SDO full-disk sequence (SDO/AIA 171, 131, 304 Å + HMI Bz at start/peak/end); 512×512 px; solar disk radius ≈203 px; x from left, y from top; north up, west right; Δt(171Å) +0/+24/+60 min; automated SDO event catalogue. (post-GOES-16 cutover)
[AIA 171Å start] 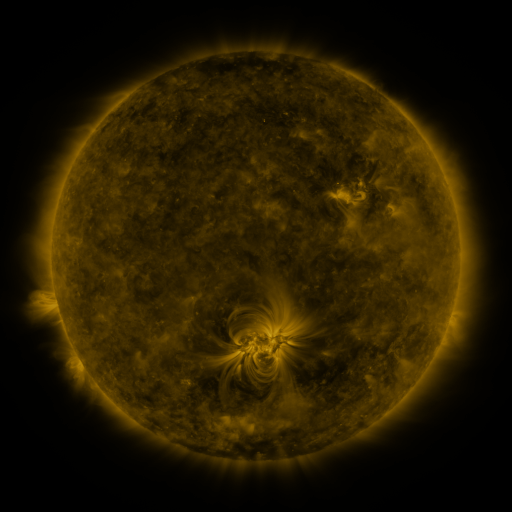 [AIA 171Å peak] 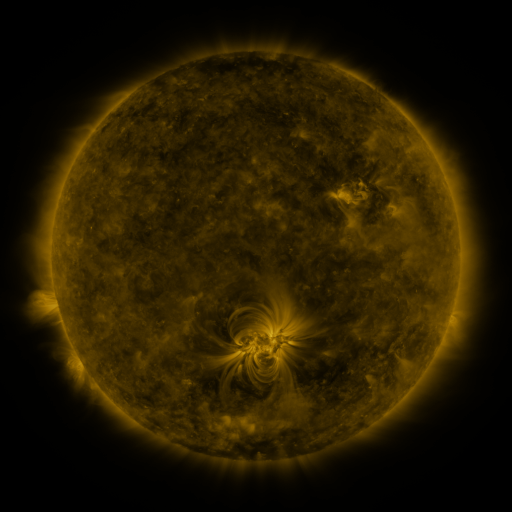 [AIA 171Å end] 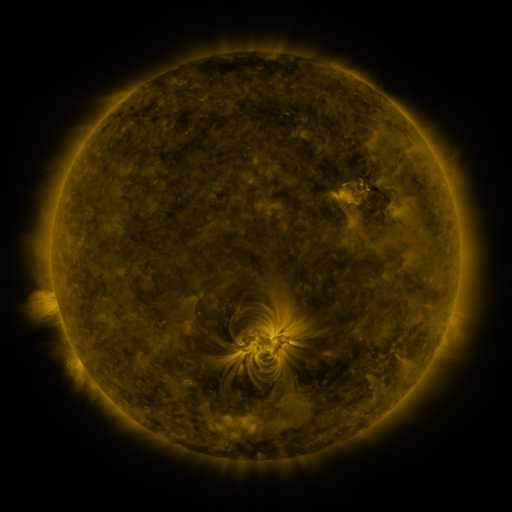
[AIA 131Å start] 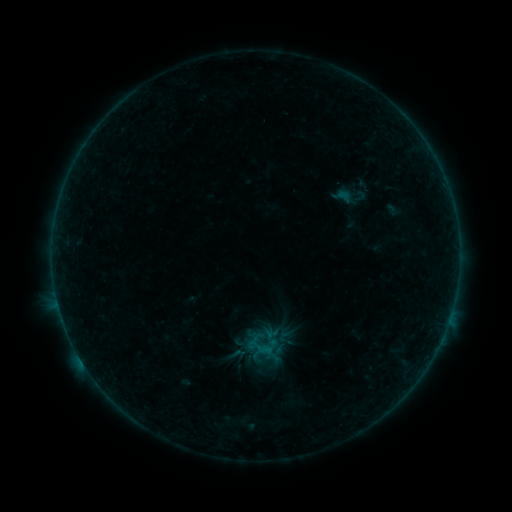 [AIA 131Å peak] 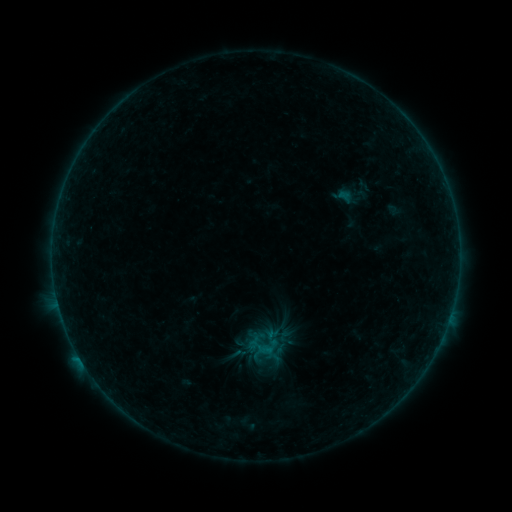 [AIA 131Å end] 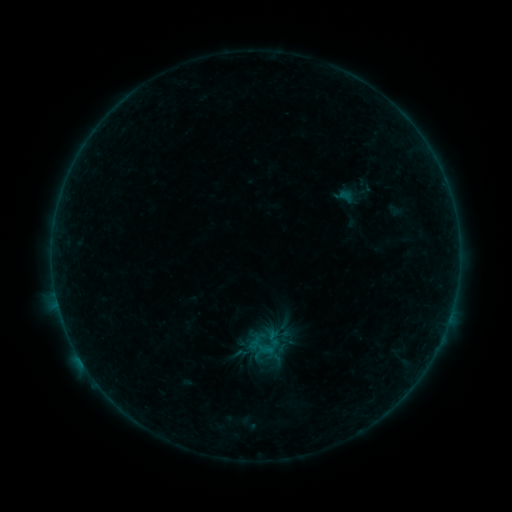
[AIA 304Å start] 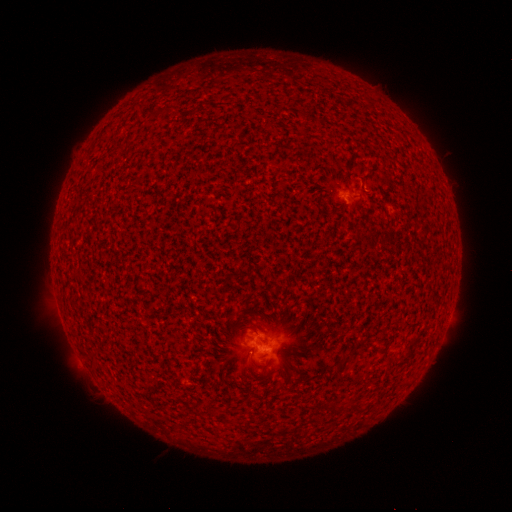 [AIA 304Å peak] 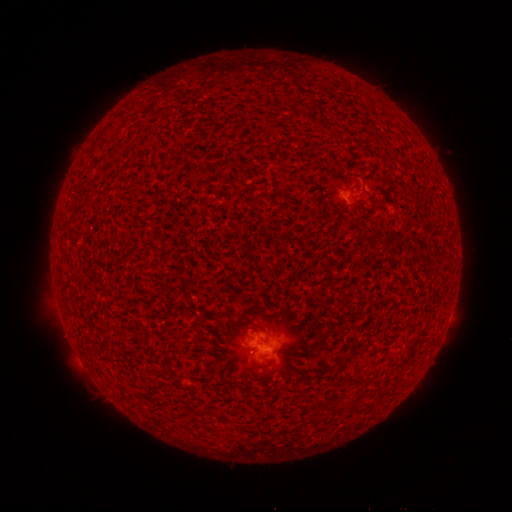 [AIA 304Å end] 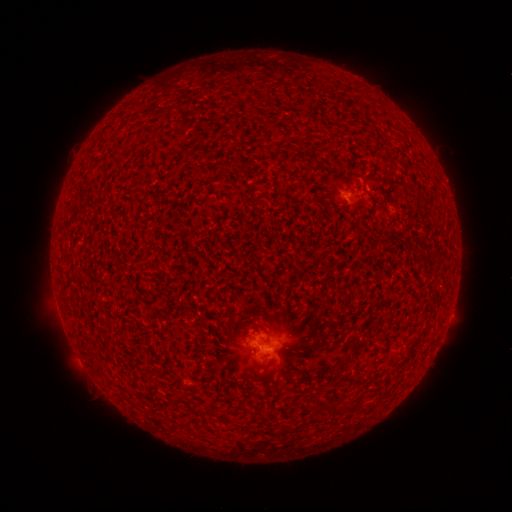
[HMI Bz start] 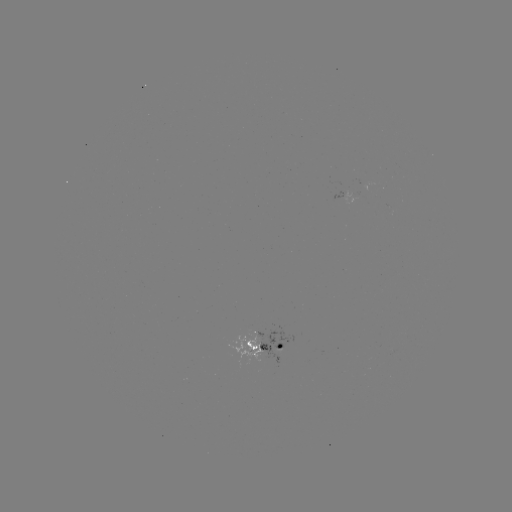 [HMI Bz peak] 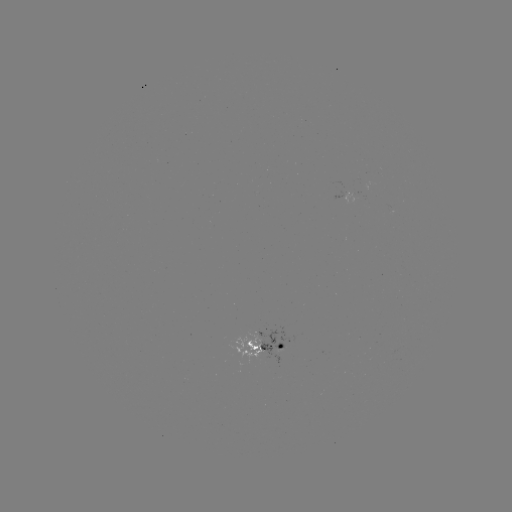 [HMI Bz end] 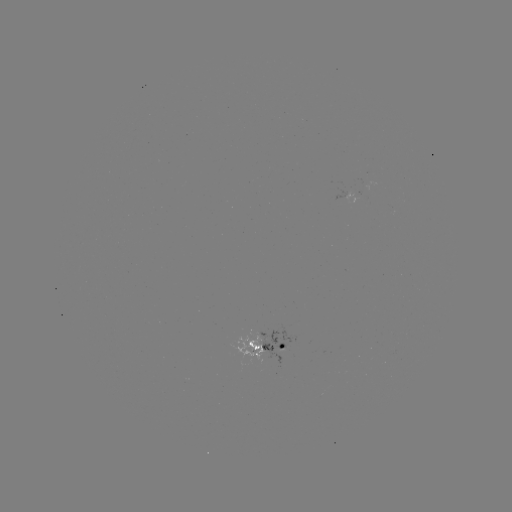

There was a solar flare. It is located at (80, 357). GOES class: B3.0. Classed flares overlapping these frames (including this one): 1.